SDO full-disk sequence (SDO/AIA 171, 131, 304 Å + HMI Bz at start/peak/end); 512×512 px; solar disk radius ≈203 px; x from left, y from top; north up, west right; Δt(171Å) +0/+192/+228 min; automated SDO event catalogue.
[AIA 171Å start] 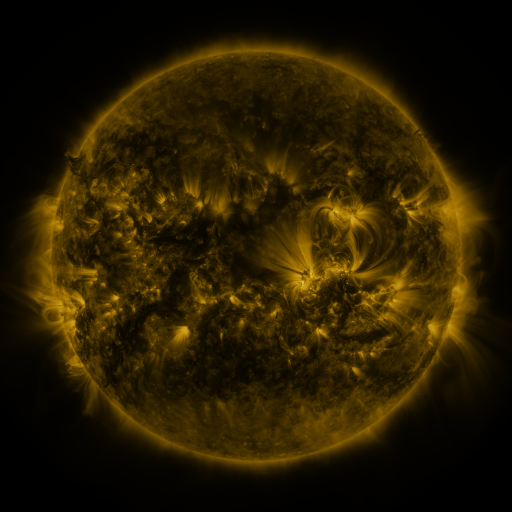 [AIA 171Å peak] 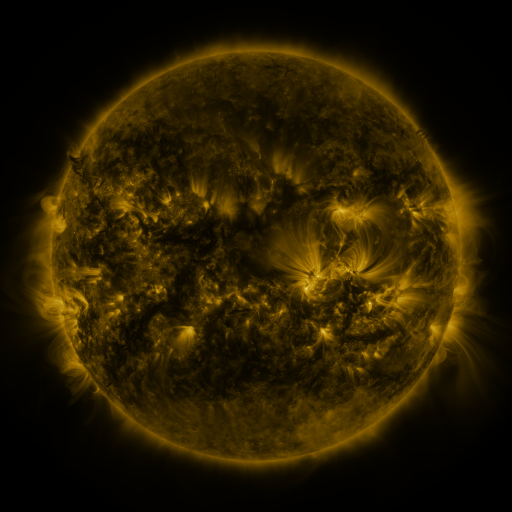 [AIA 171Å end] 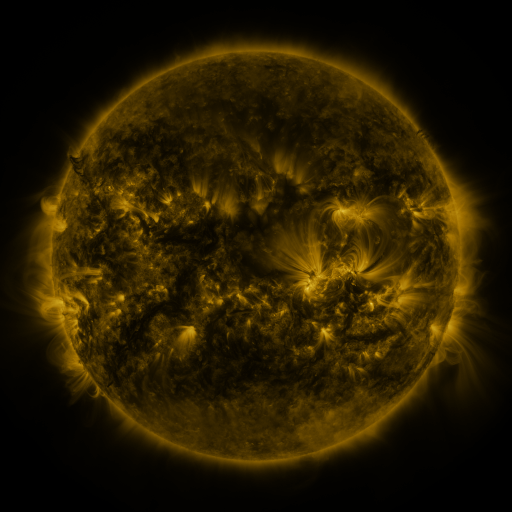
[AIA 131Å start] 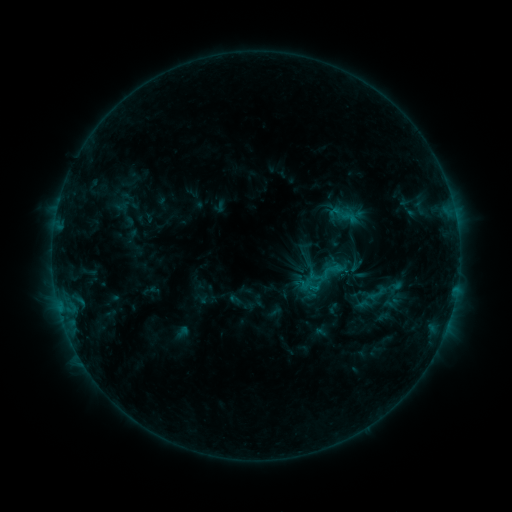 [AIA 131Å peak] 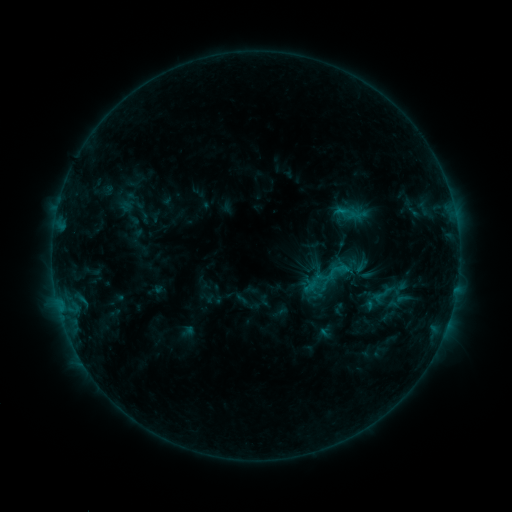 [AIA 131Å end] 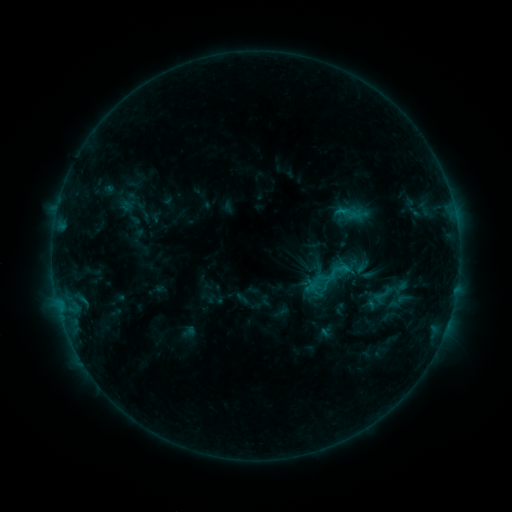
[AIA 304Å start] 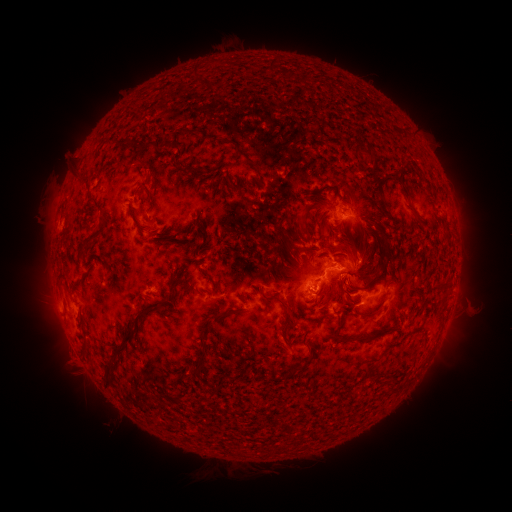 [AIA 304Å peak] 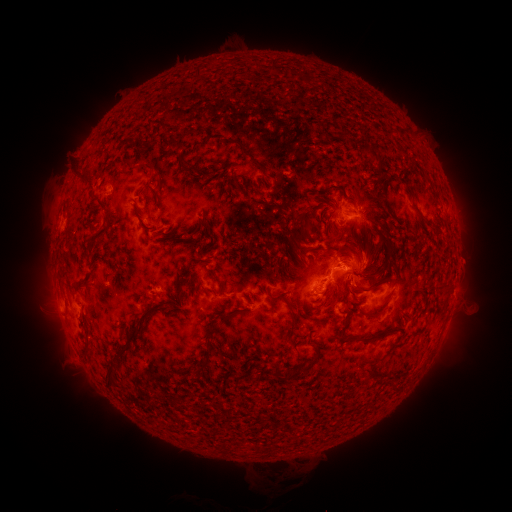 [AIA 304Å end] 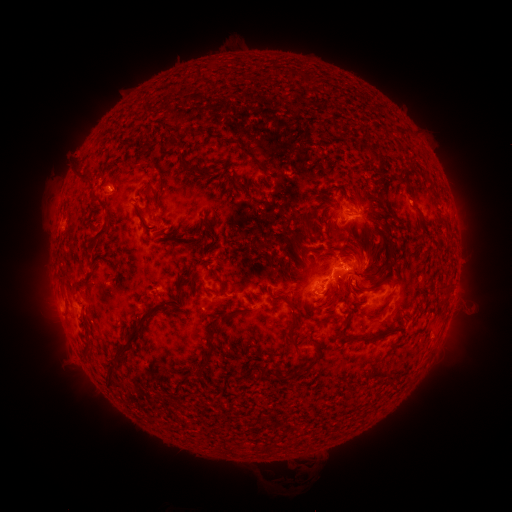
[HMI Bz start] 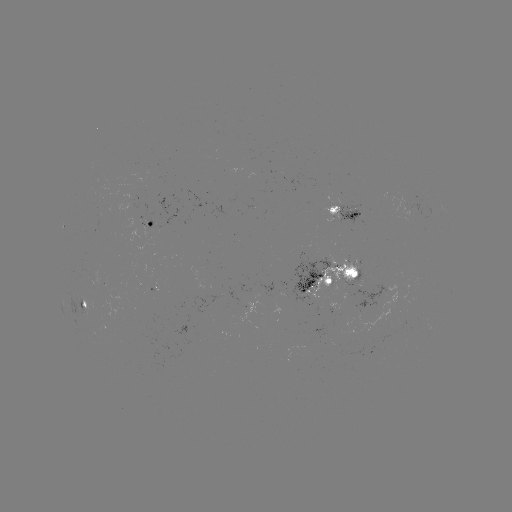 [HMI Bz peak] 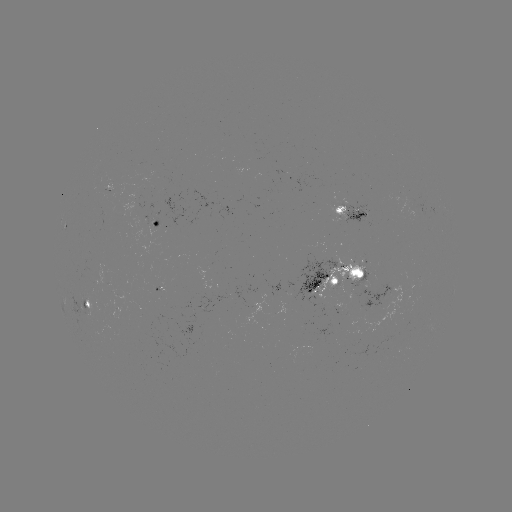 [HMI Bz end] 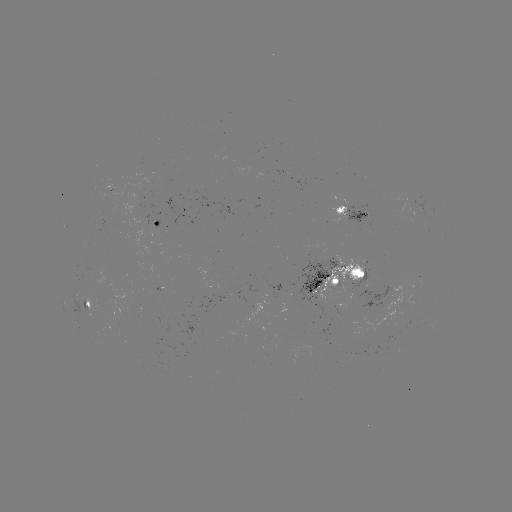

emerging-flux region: (285, 258, 335, 305)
